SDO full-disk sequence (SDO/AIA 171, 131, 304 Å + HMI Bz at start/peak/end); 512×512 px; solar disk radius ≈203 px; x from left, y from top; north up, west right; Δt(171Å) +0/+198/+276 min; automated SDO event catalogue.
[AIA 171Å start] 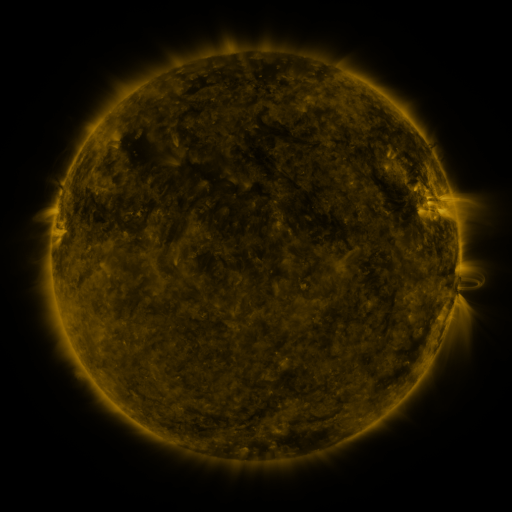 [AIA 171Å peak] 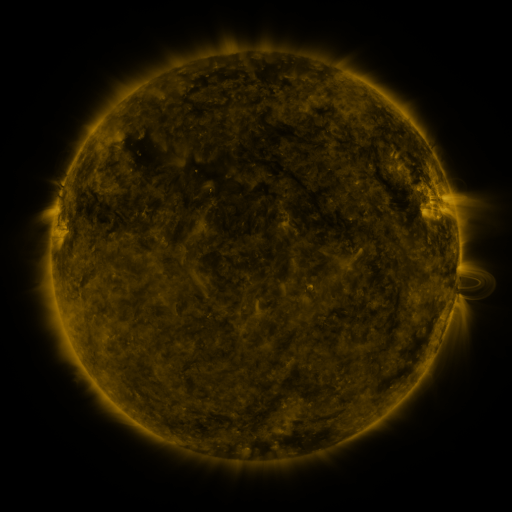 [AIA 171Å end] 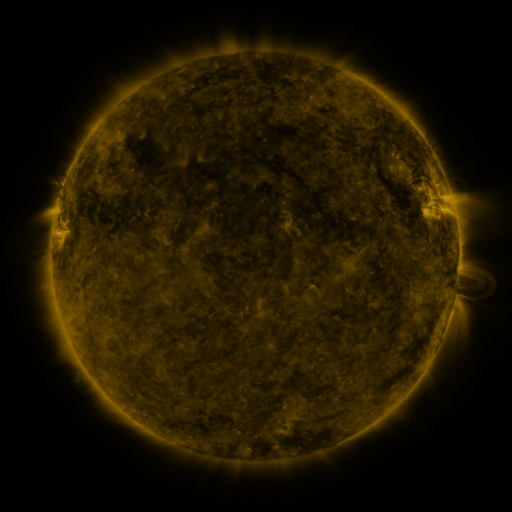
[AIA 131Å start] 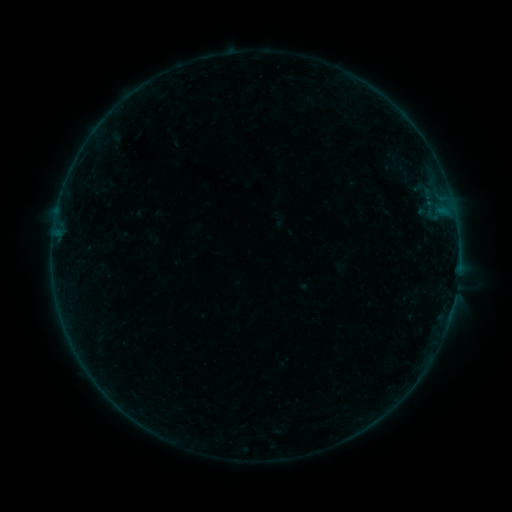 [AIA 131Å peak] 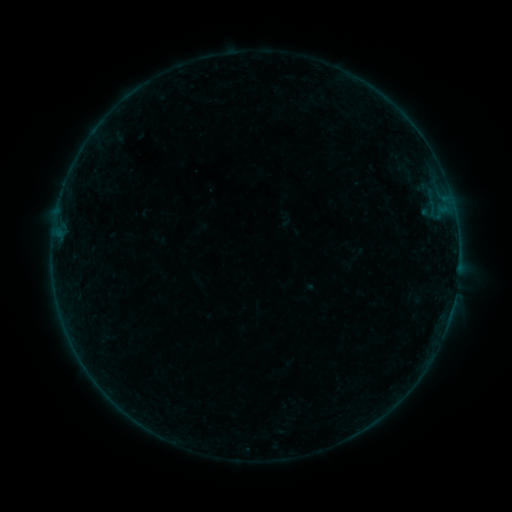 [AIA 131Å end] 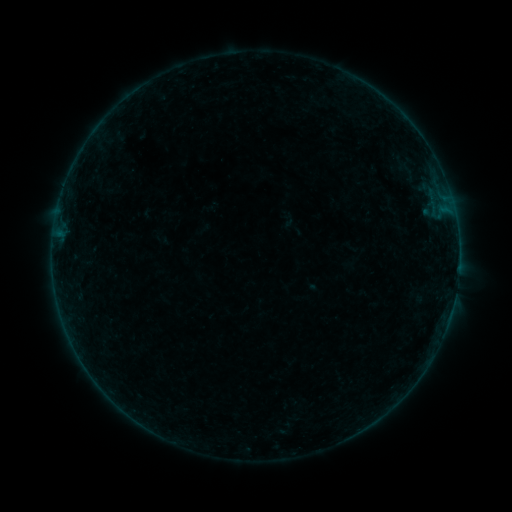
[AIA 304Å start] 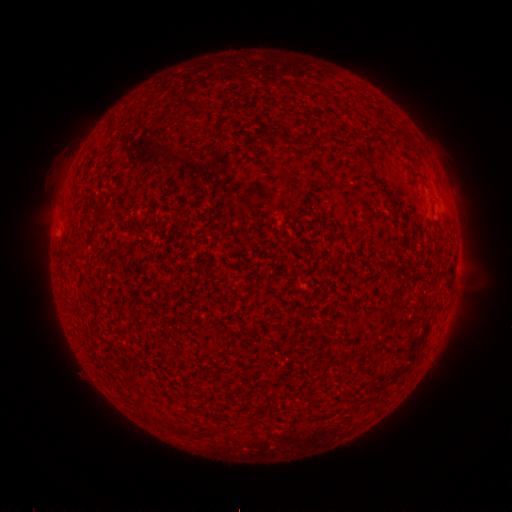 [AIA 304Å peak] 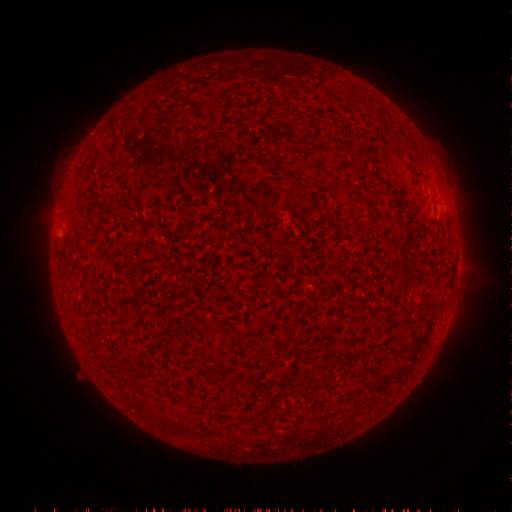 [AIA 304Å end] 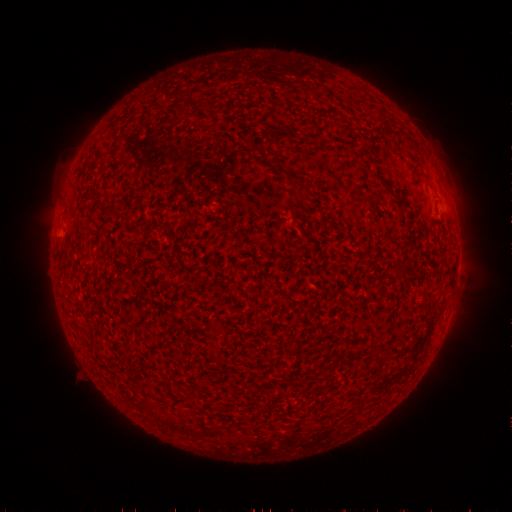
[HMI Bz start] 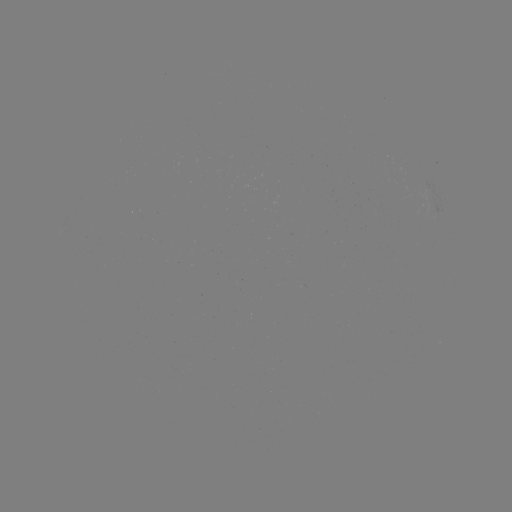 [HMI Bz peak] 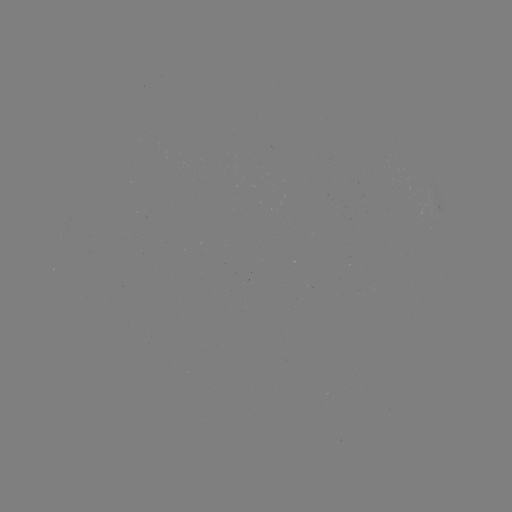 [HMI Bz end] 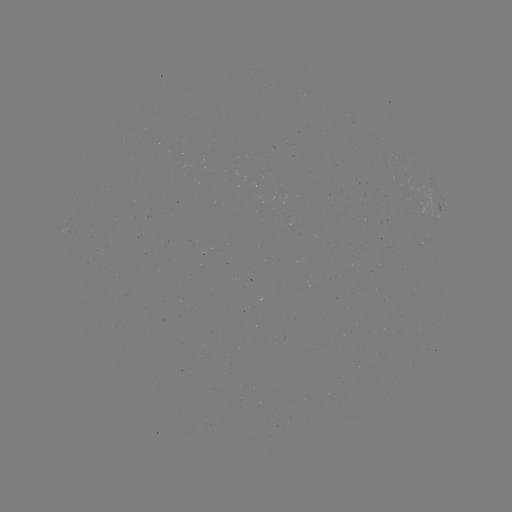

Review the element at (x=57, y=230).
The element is A7.8 flare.